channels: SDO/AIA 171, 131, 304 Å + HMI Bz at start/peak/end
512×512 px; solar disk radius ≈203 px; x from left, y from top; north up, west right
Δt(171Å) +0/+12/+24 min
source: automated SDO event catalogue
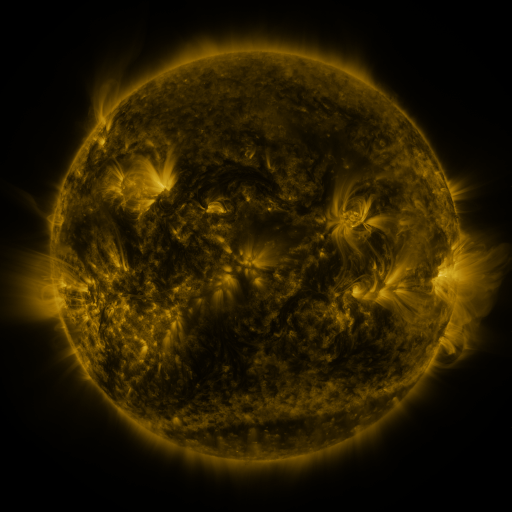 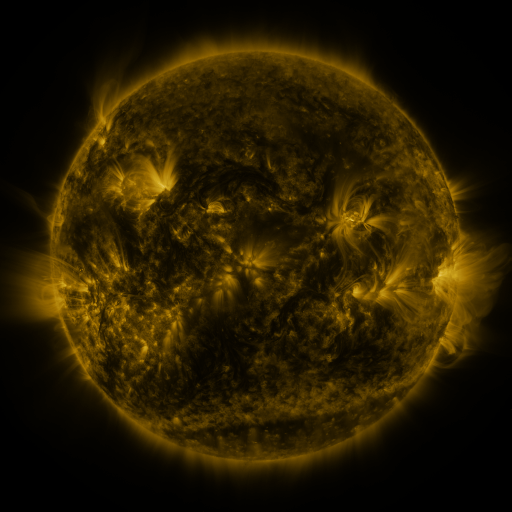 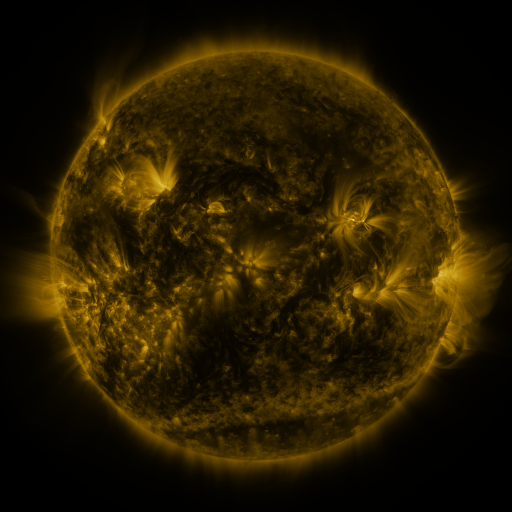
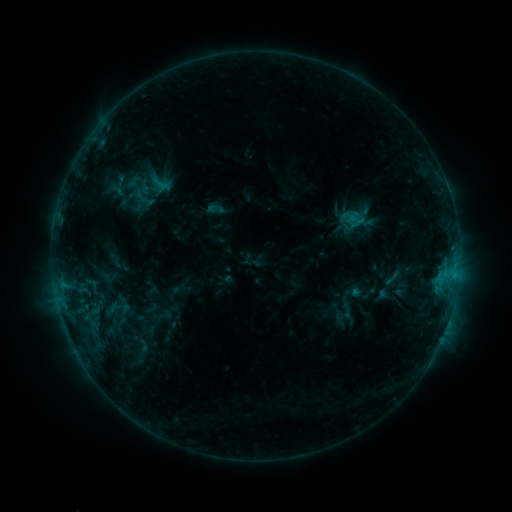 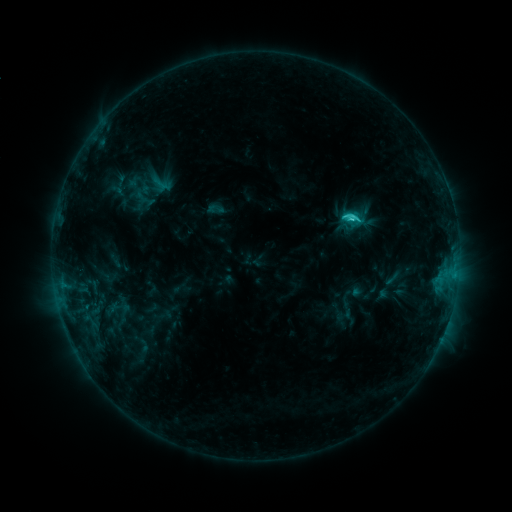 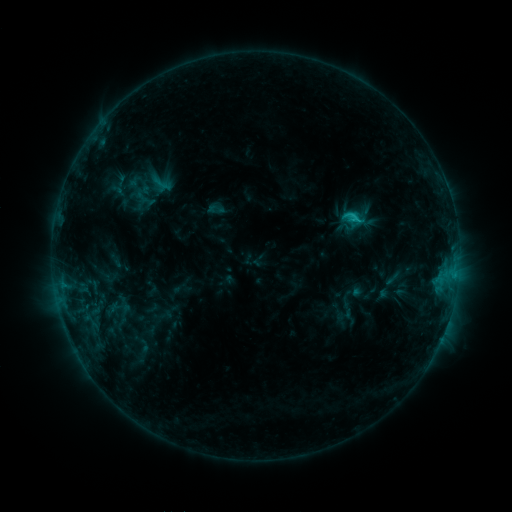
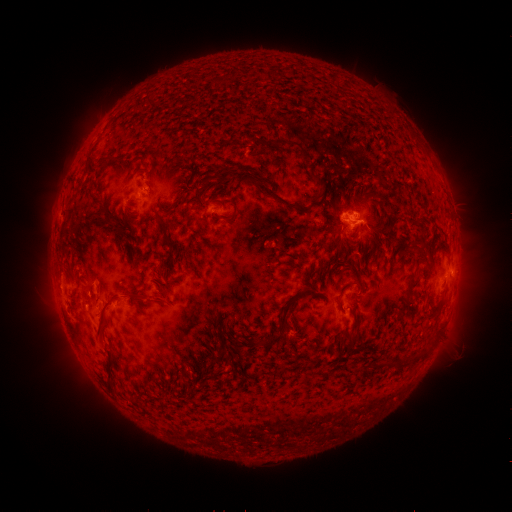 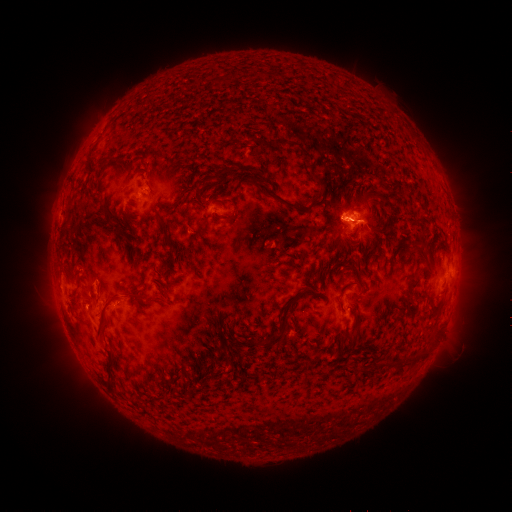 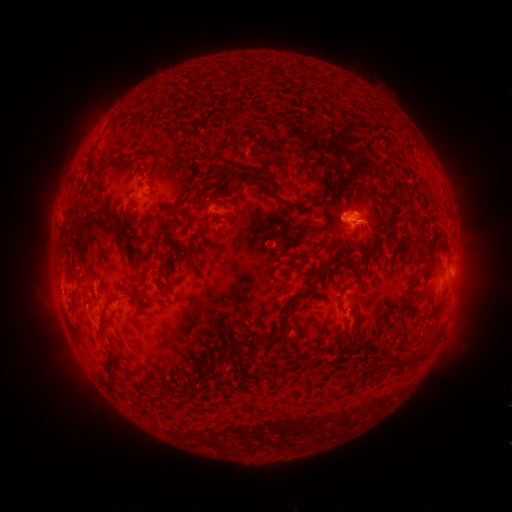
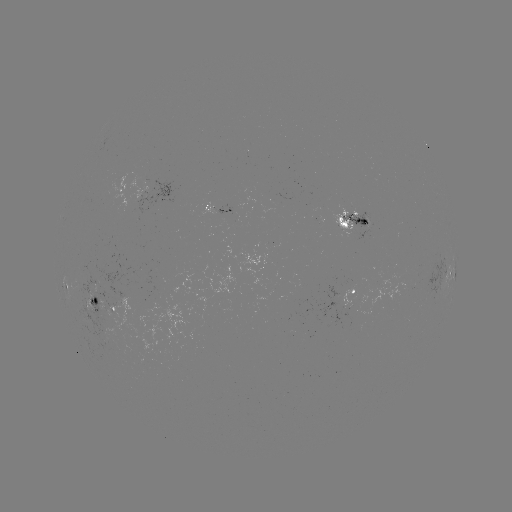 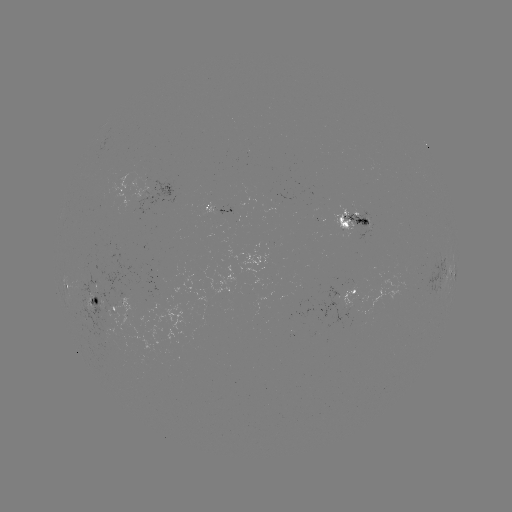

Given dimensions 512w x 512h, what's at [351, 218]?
C2.1 flare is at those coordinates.